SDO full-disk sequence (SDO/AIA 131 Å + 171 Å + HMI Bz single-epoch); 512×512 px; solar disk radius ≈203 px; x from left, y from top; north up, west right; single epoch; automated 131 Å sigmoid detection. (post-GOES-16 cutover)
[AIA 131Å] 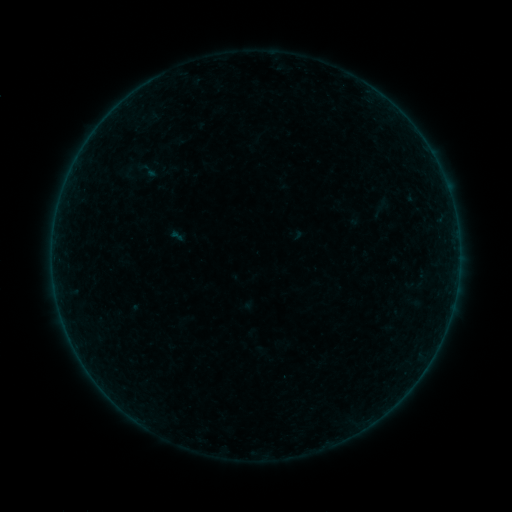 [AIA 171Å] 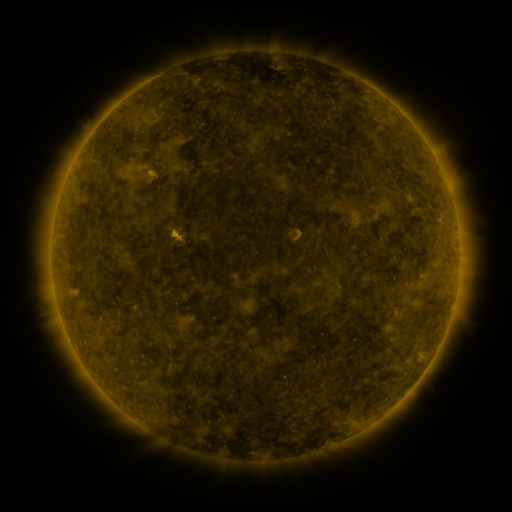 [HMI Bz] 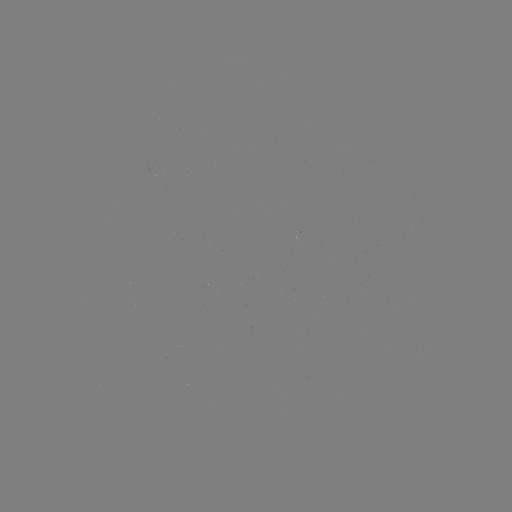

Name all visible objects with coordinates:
sigmoid: (136, 160, 158, 181)
